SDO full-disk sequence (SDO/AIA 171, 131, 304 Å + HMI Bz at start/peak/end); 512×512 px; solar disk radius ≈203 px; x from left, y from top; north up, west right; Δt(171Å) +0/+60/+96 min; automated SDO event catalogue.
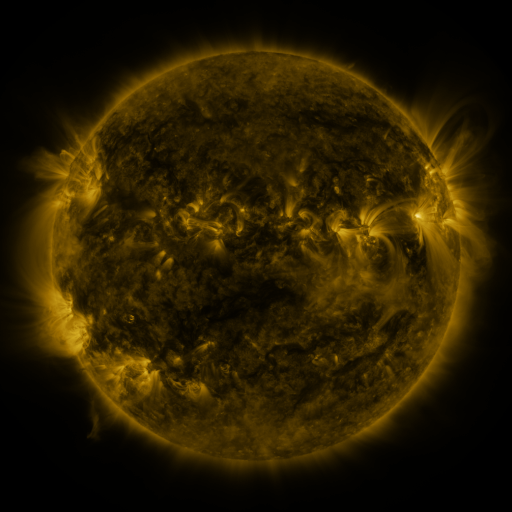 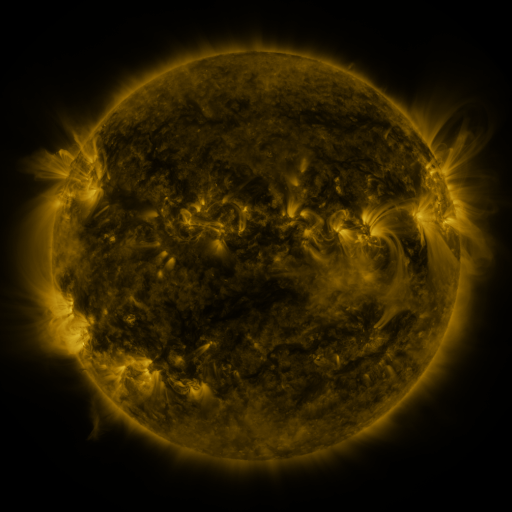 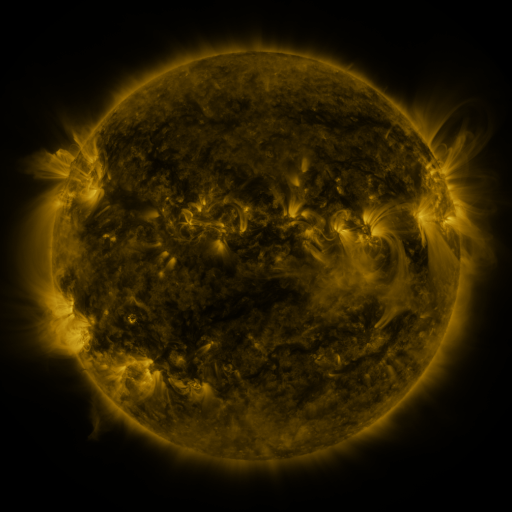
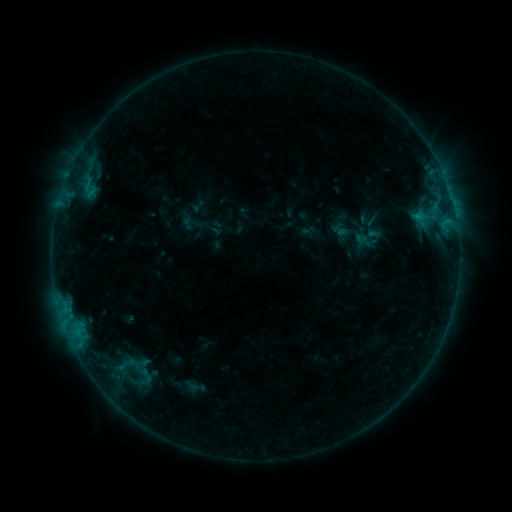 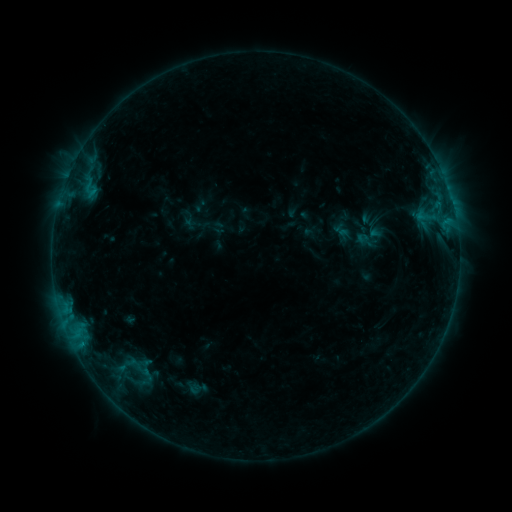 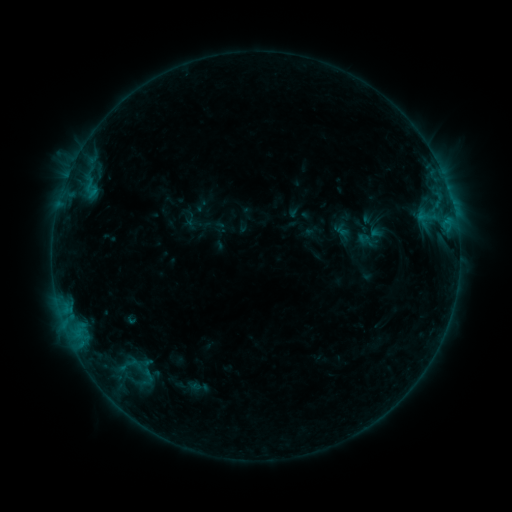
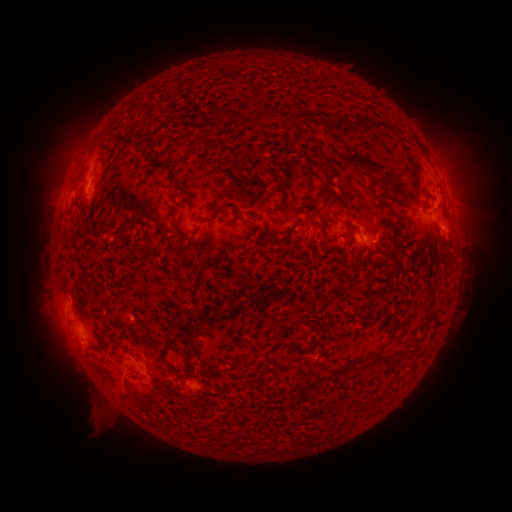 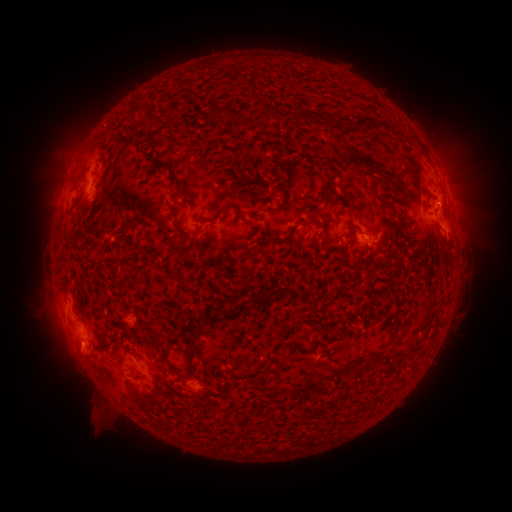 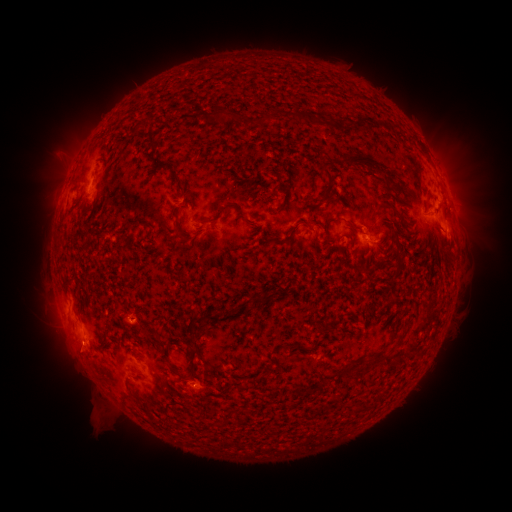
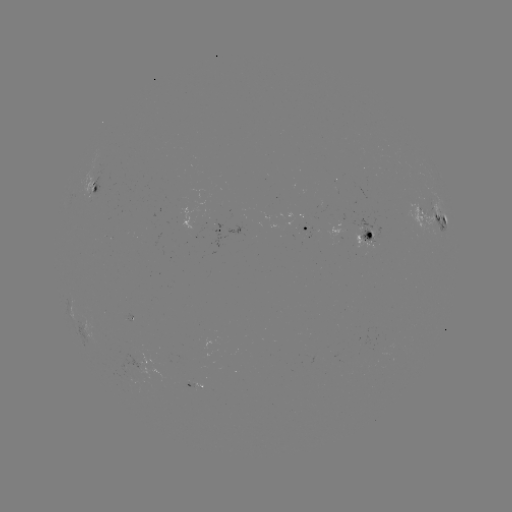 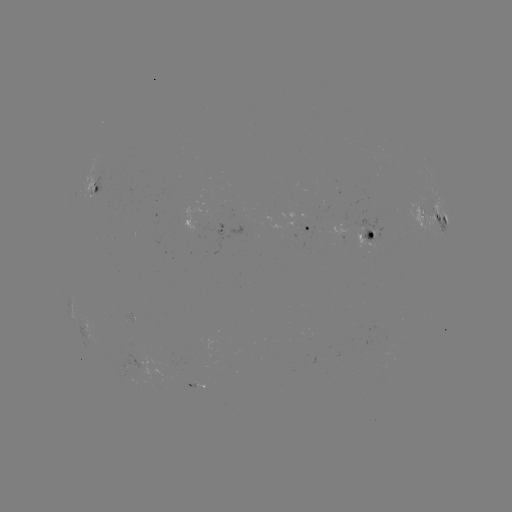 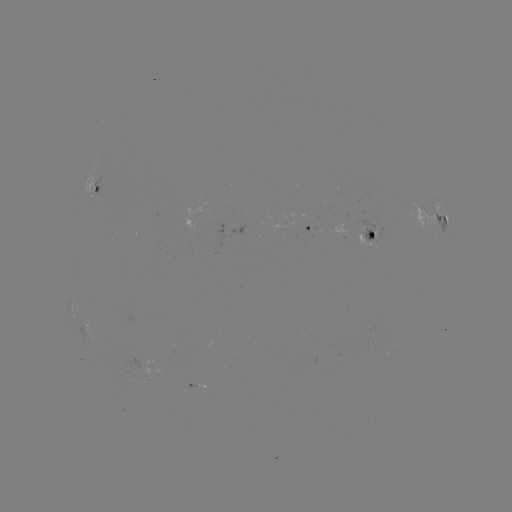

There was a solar emerging-flux region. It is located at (386, 340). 